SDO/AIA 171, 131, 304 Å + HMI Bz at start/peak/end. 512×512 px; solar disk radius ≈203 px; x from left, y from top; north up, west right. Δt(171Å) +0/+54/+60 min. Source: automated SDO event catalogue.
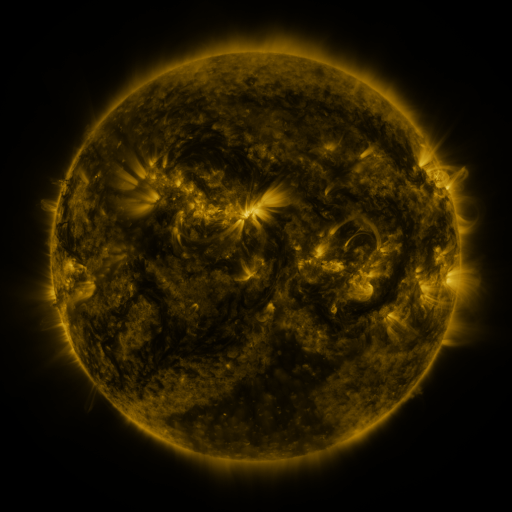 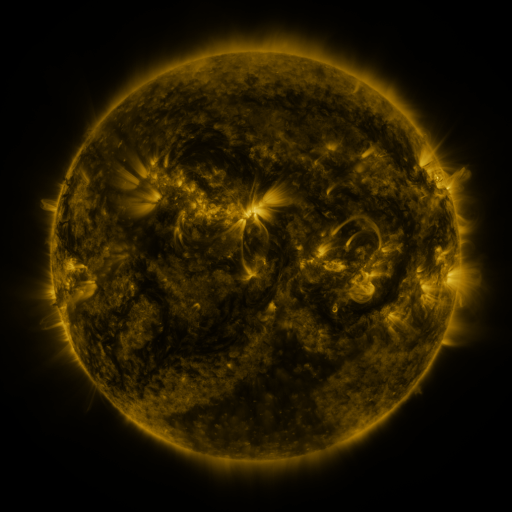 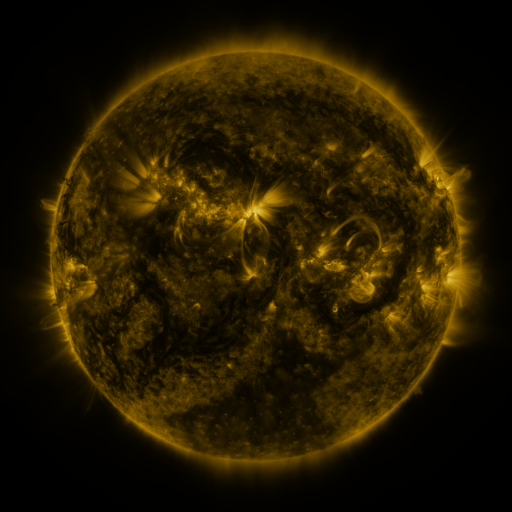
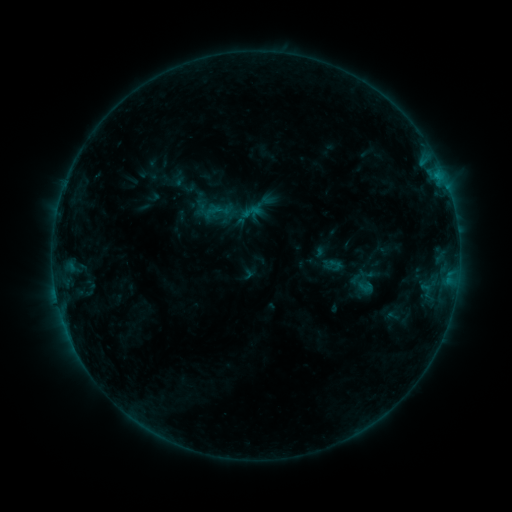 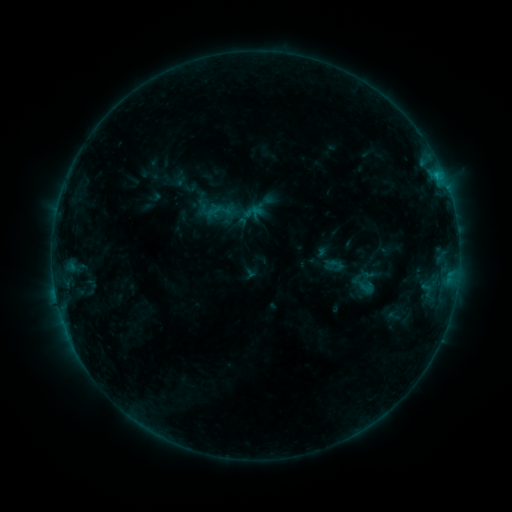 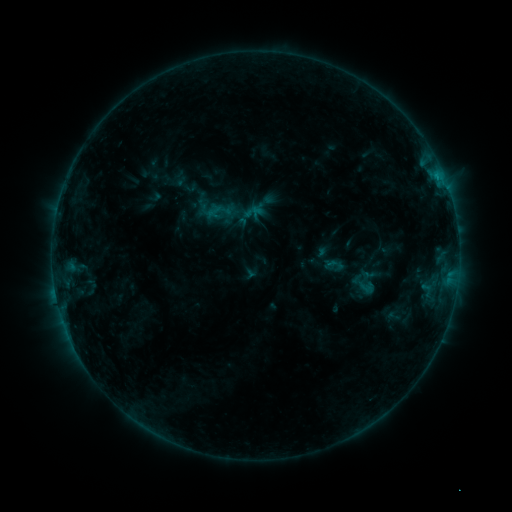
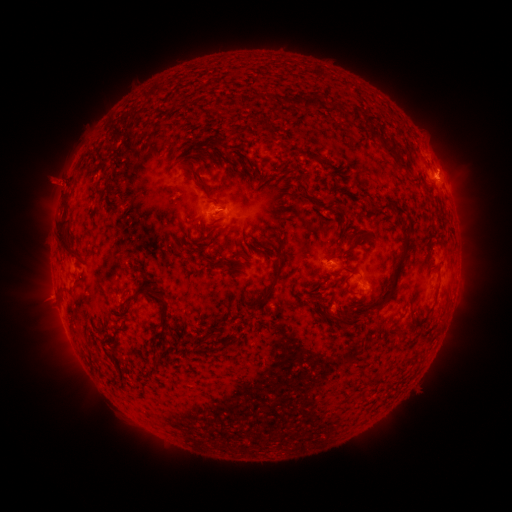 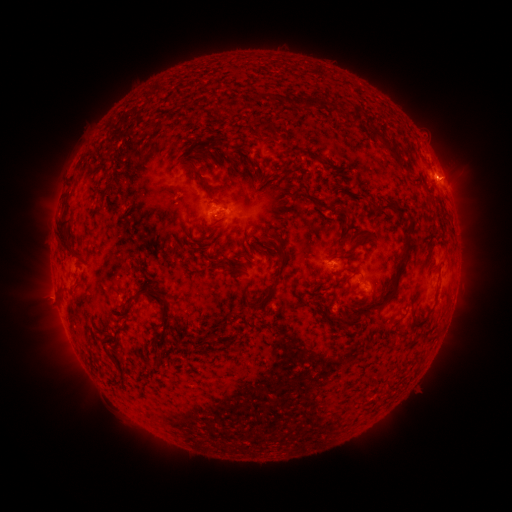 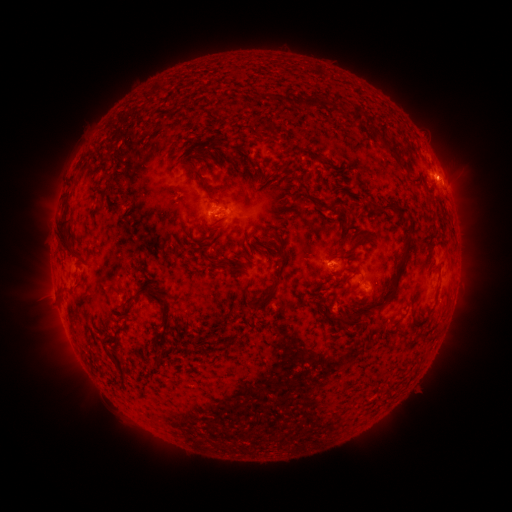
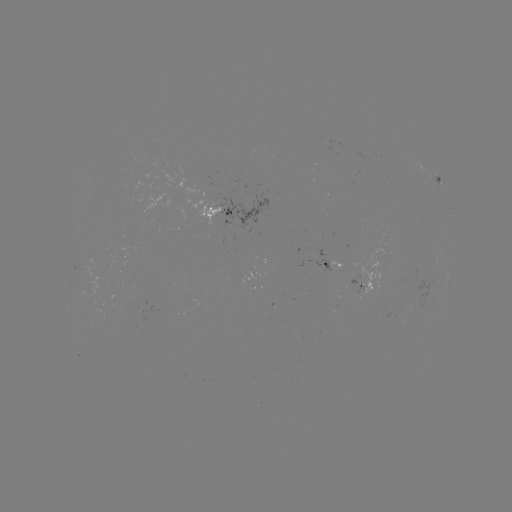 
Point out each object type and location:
B7.4 flare: (435, 175)
